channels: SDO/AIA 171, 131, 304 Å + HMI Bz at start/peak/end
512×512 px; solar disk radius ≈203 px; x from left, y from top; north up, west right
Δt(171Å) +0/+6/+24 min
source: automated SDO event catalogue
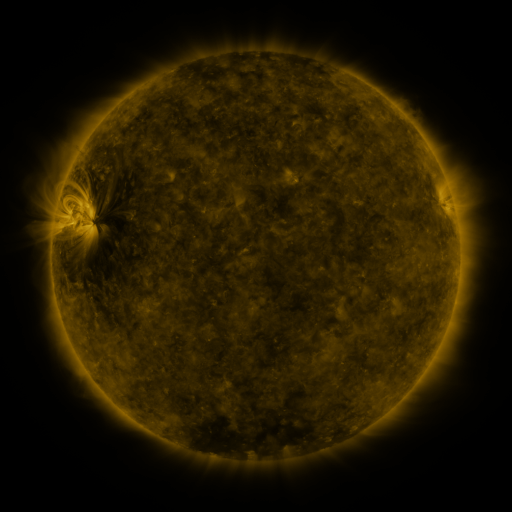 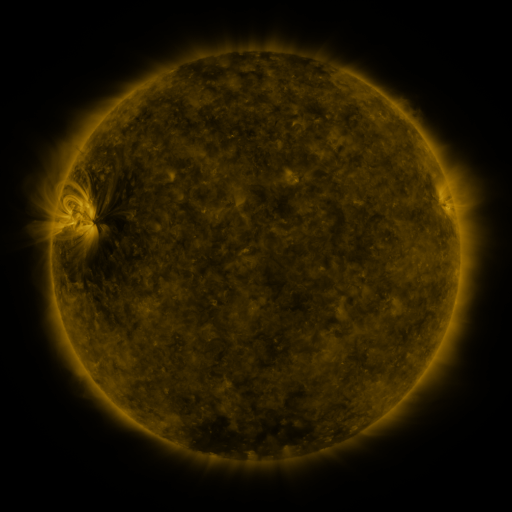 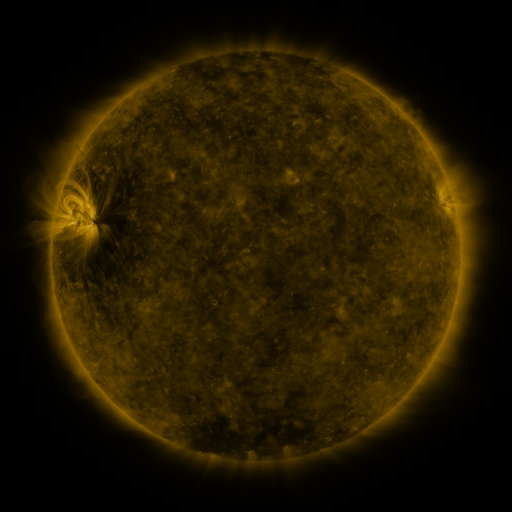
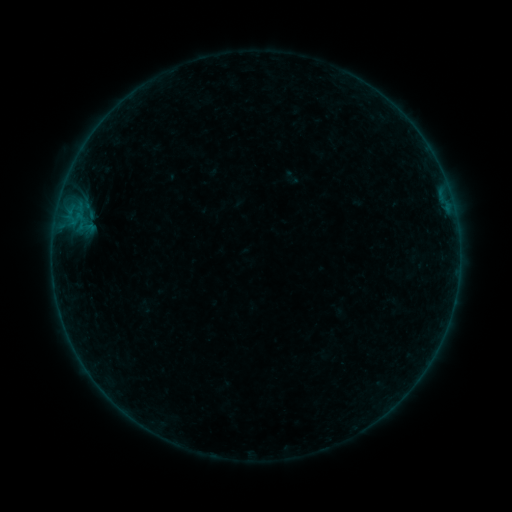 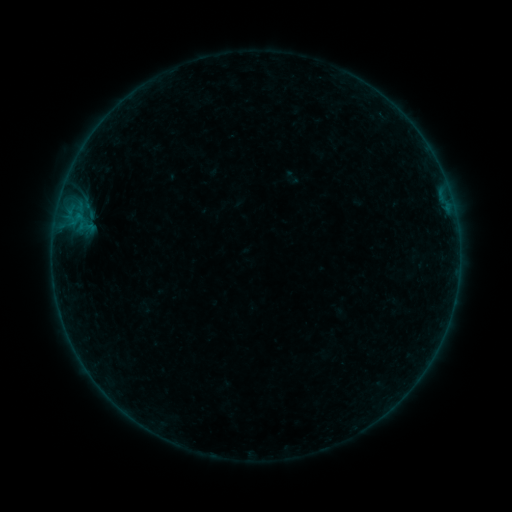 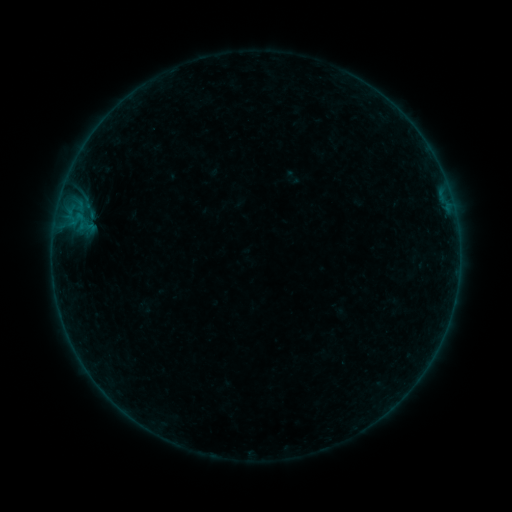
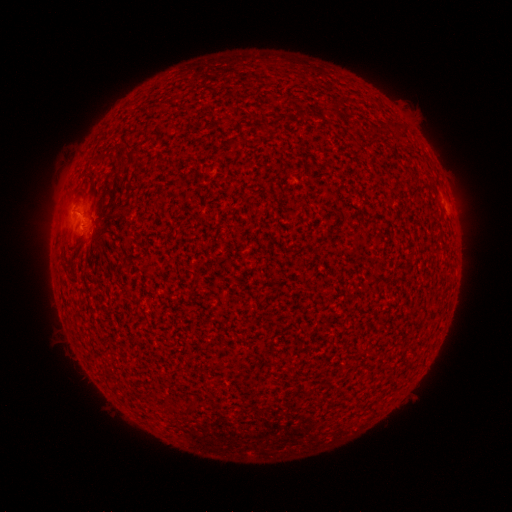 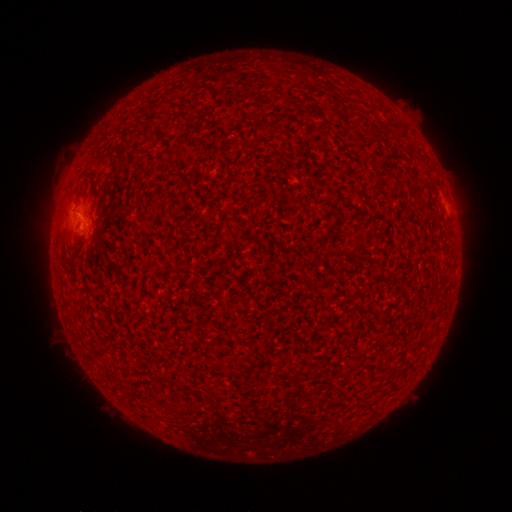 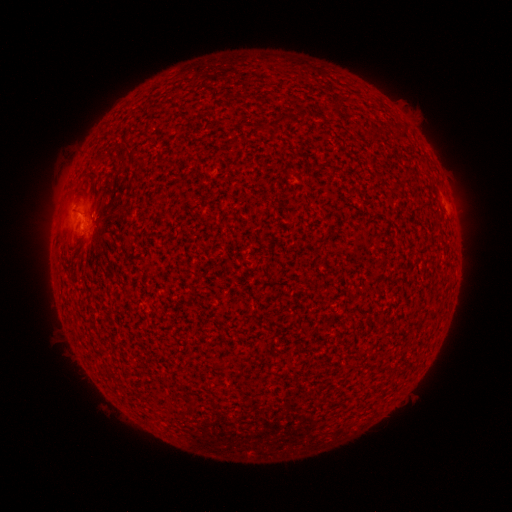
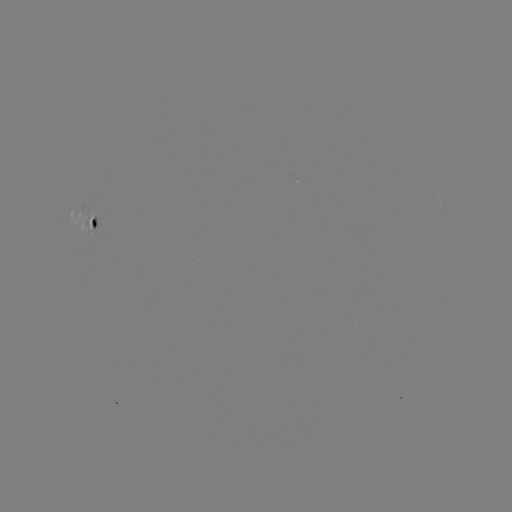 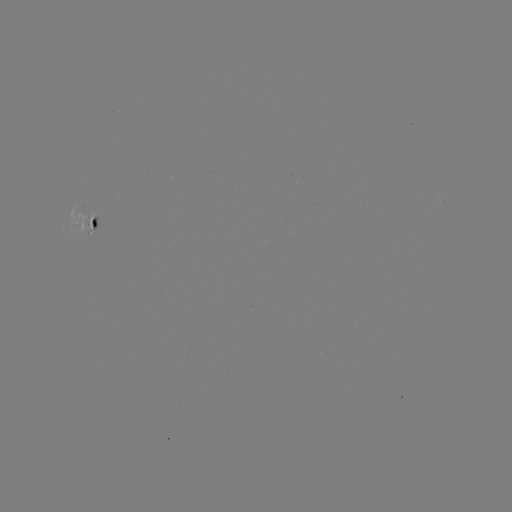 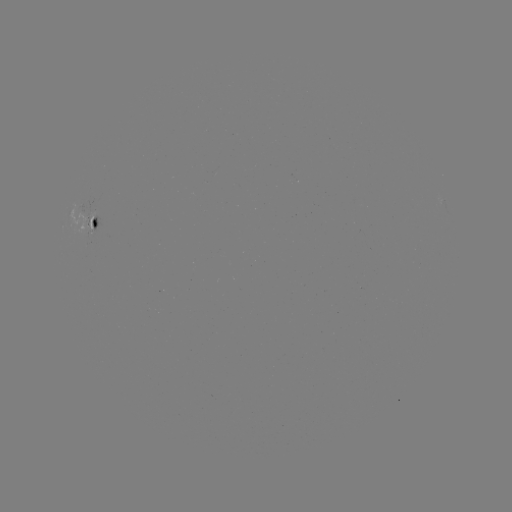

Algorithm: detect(B1.1 flare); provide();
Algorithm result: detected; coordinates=[79, 217]